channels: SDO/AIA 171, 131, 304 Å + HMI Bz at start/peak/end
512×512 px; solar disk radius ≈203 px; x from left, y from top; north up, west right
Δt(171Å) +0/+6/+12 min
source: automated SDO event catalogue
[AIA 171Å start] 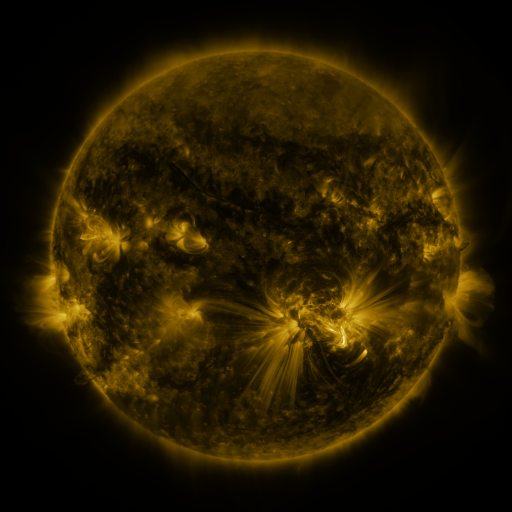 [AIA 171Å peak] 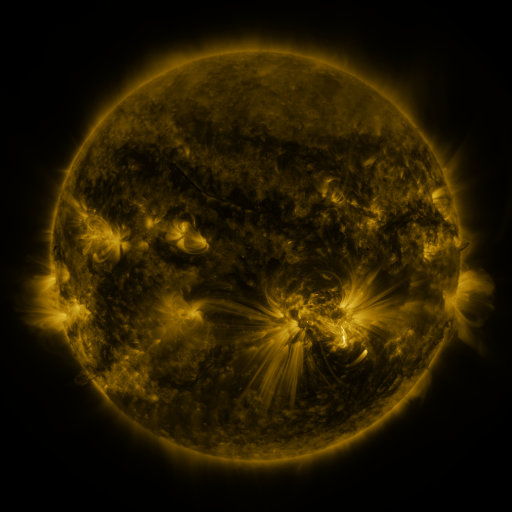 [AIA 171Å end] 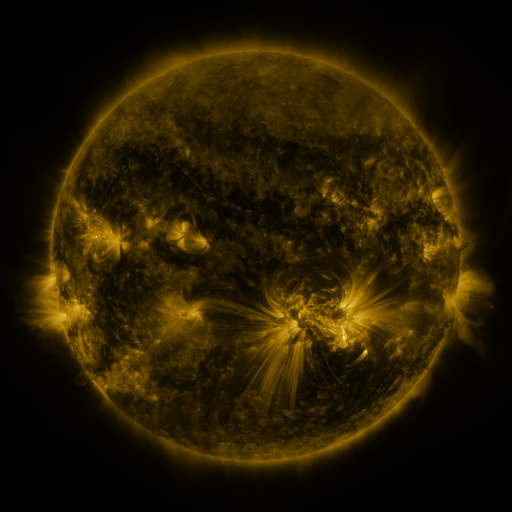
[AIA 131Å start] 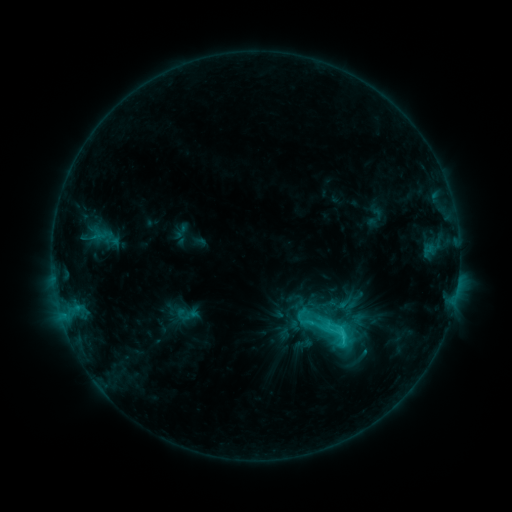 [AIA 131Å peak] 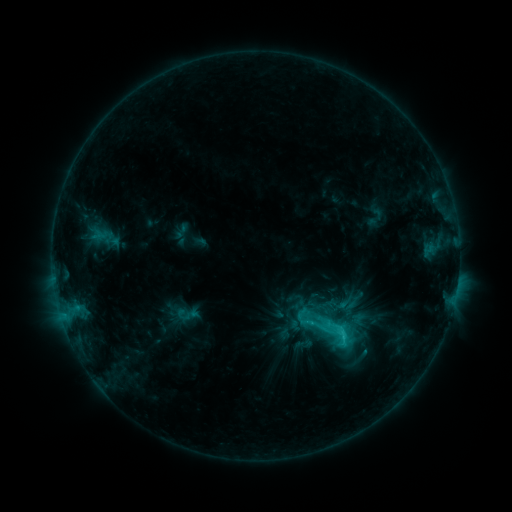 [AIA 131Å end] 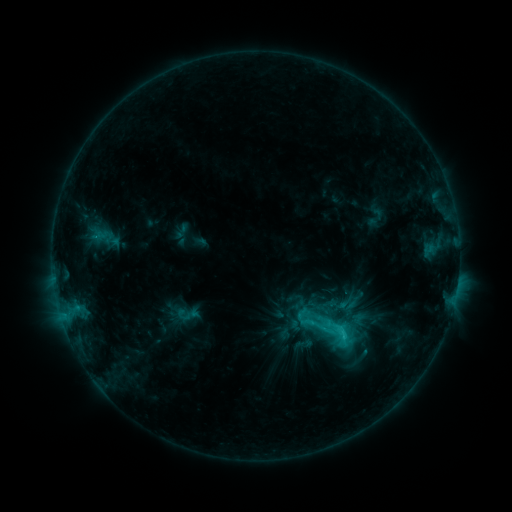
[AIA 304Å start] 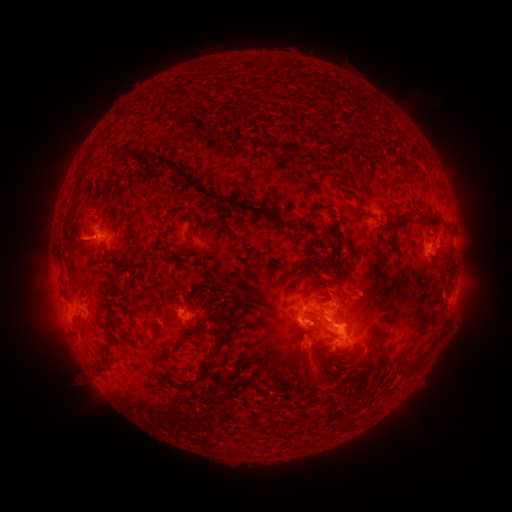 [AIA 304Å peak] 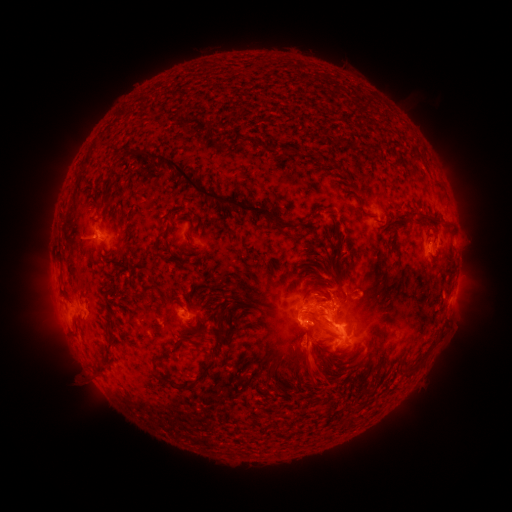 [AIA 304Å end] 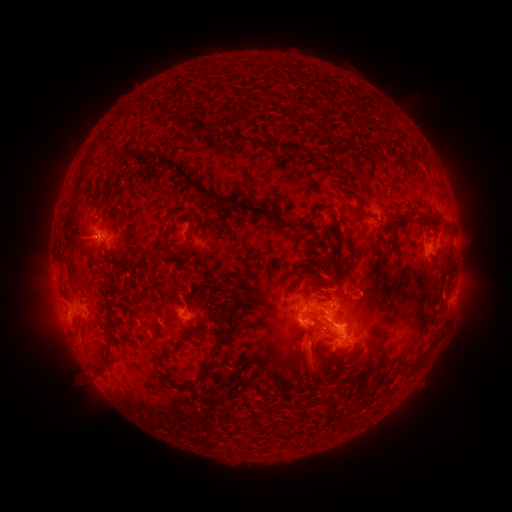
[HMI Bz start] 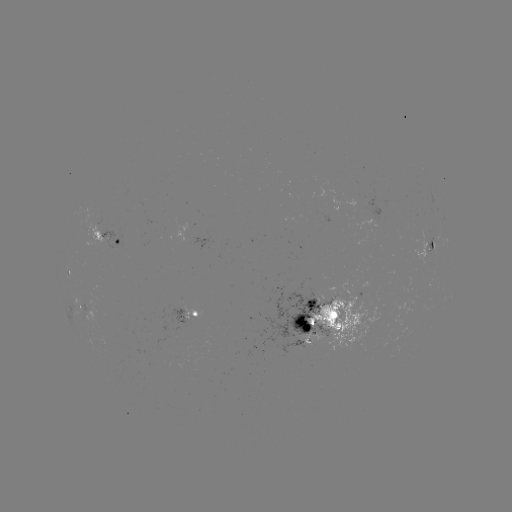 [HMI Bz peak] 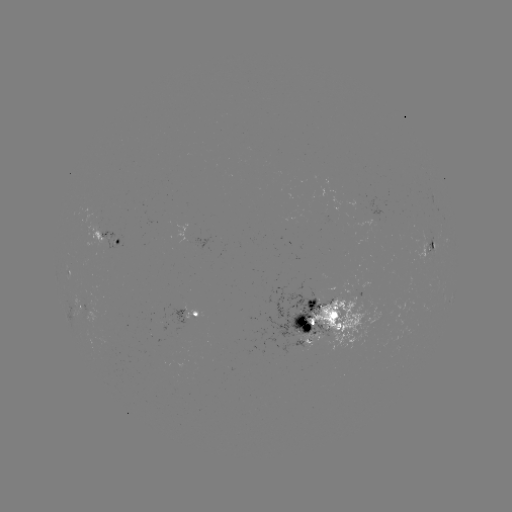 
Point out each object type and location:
eruption: (318, 373)
